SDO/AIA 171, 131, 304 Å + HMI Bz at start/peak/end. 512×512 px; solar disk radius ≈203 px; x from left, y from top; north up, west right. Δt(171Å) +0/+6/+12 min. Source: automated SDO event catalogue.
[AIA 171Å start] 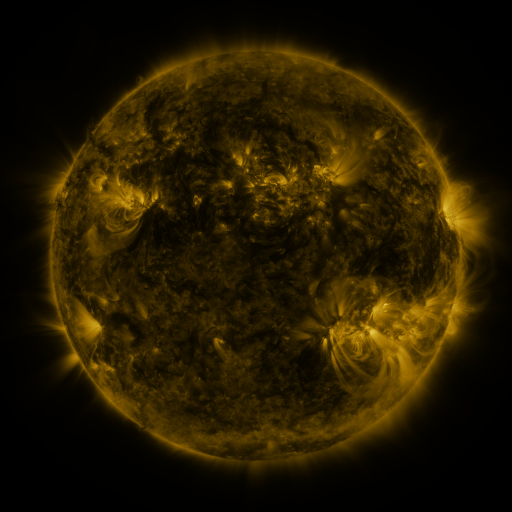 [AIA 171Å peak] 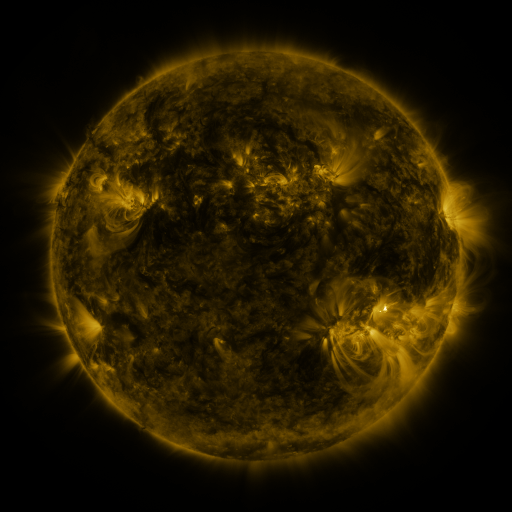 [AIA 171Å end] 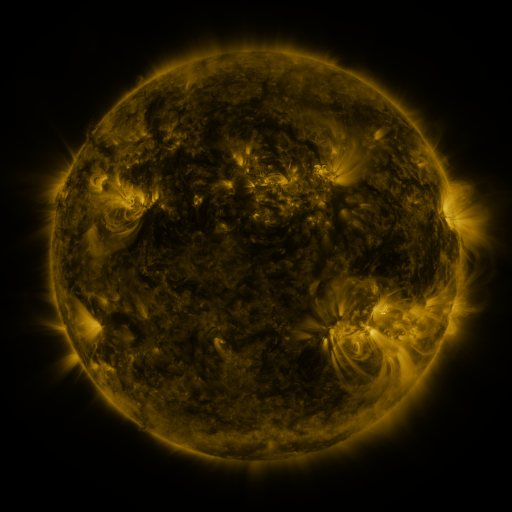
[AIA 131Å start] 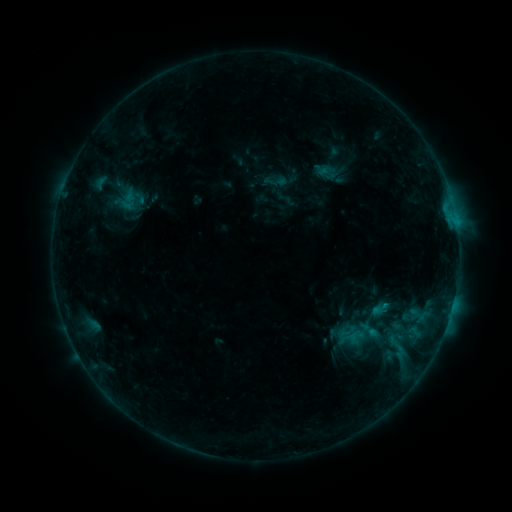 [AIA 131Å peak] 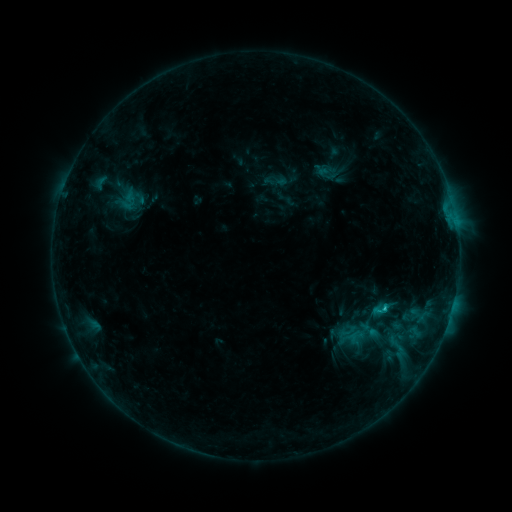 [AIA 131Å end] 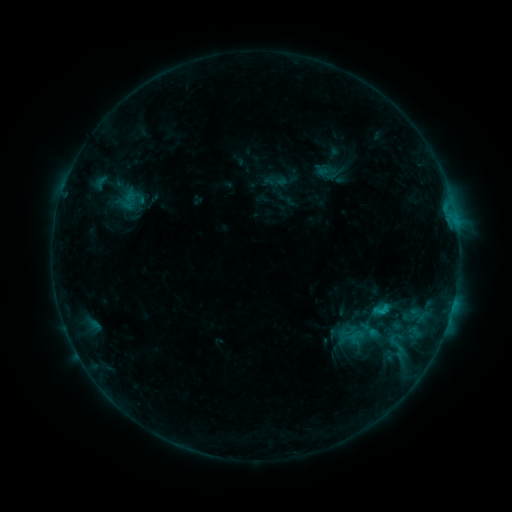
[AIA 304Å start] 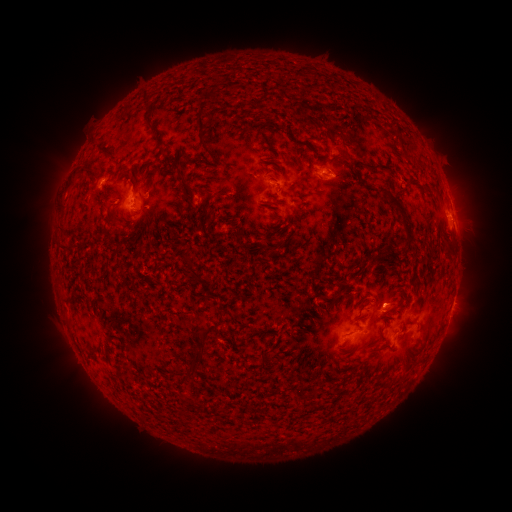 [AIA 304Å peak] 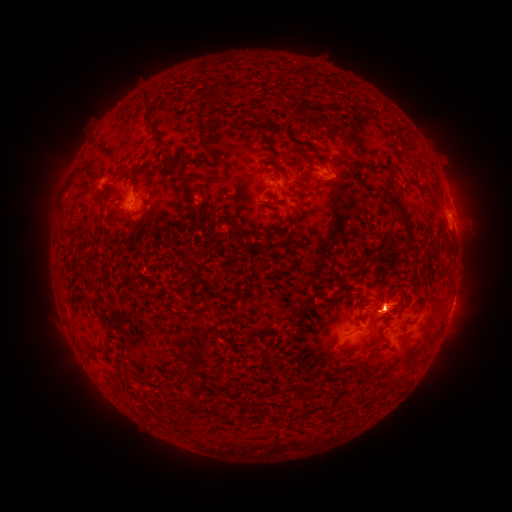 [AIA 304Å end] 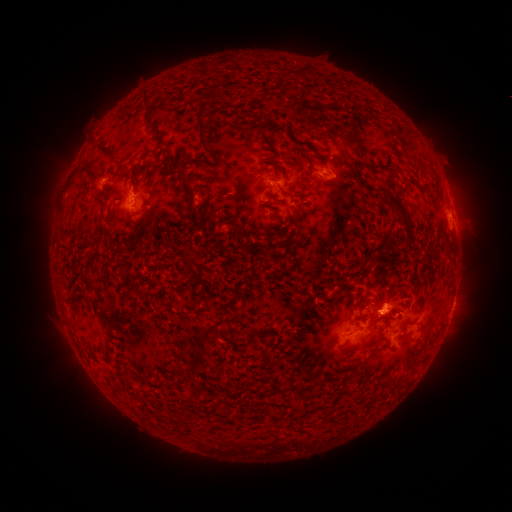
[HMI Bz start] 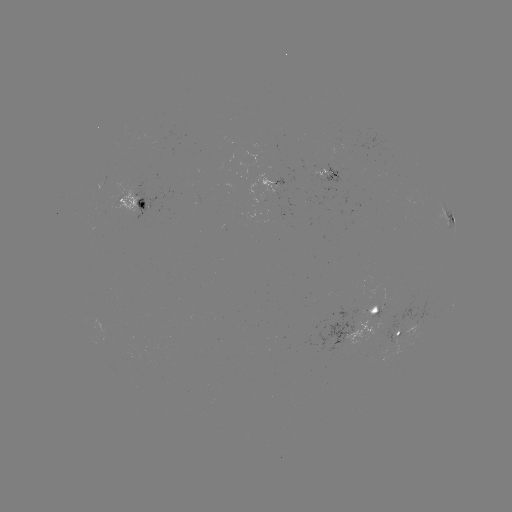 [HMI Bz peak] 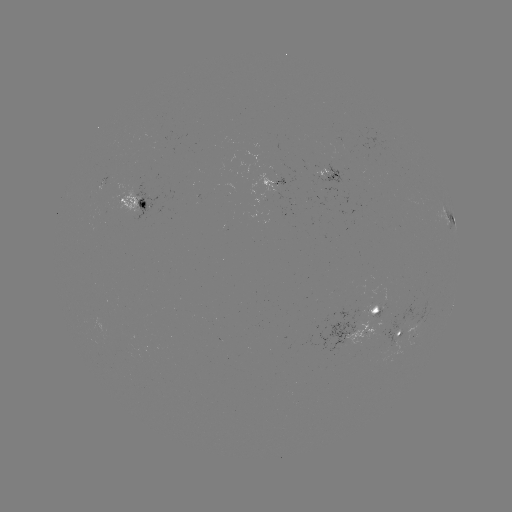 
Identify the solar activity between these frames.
eruption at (399, 303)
